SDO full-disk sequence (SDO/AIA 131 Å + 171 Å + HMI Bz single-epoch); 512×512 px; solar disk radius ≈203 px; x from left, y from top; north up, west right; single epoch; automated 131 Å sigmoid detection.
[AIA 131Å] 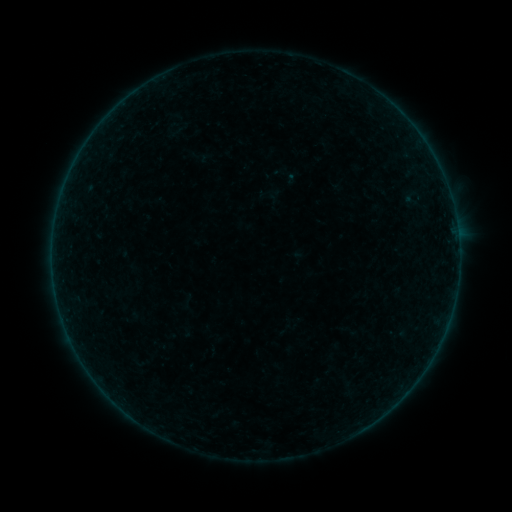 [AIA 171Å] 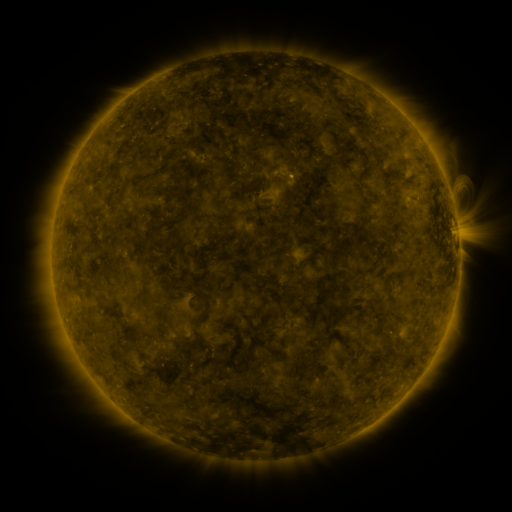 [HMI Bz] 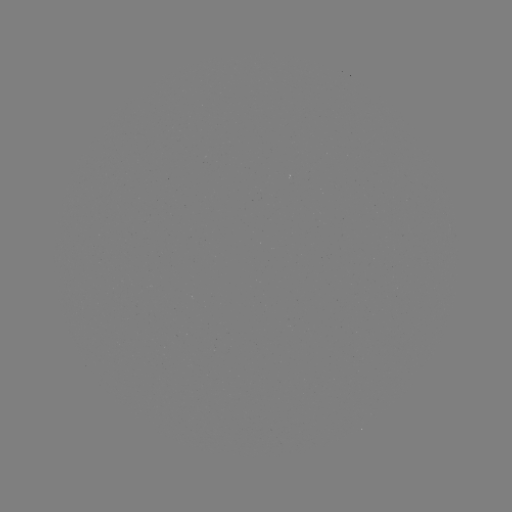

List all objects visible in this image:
sigmoid: (288, 176)
